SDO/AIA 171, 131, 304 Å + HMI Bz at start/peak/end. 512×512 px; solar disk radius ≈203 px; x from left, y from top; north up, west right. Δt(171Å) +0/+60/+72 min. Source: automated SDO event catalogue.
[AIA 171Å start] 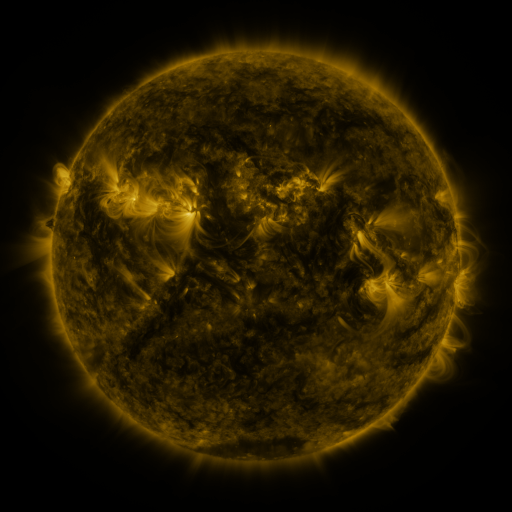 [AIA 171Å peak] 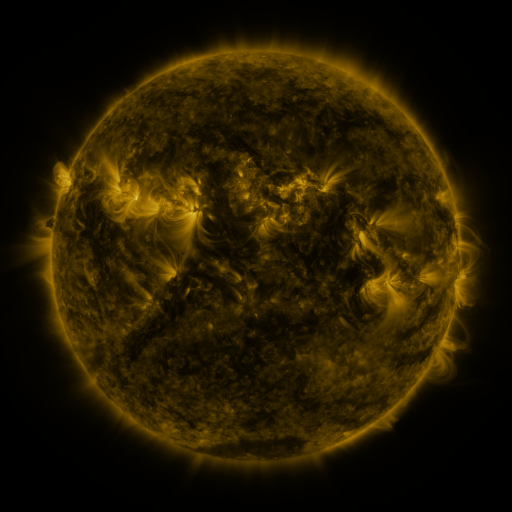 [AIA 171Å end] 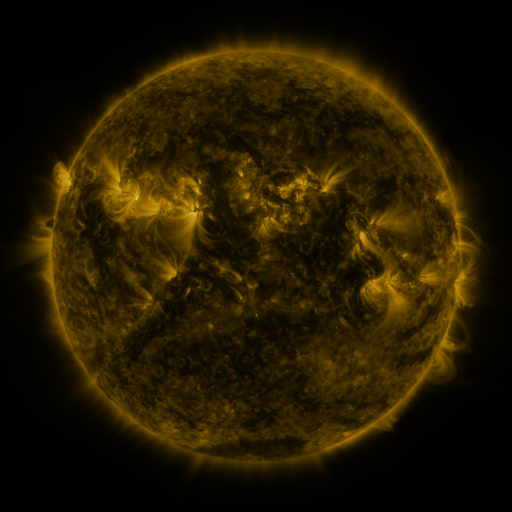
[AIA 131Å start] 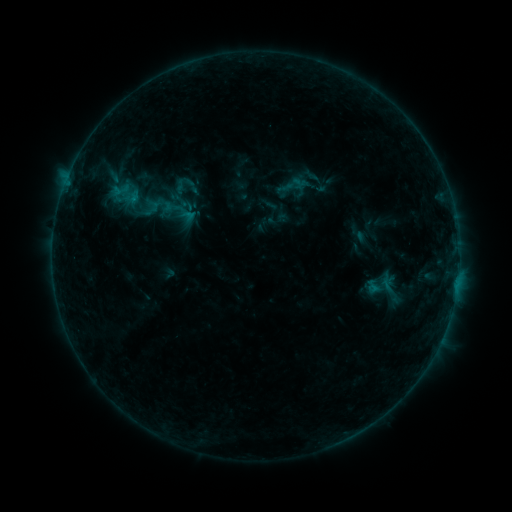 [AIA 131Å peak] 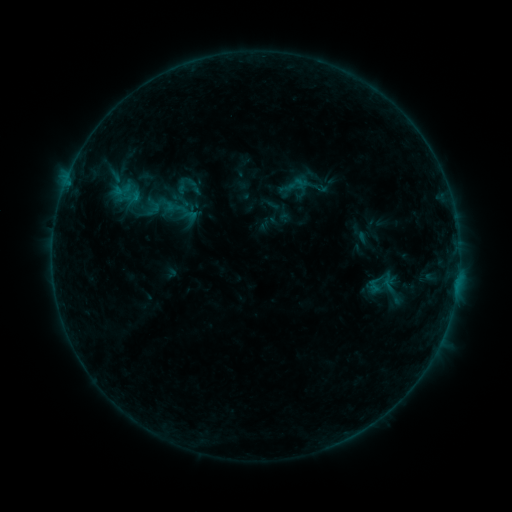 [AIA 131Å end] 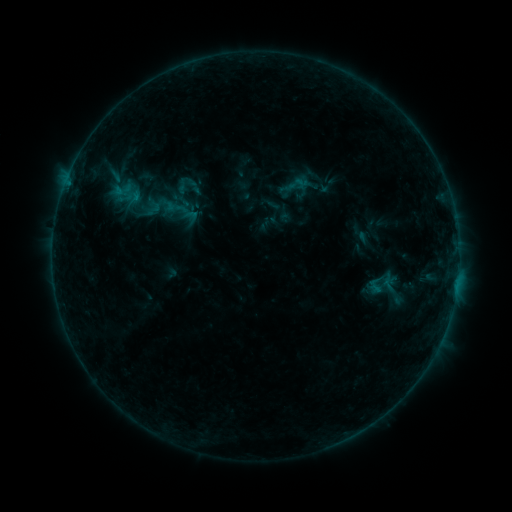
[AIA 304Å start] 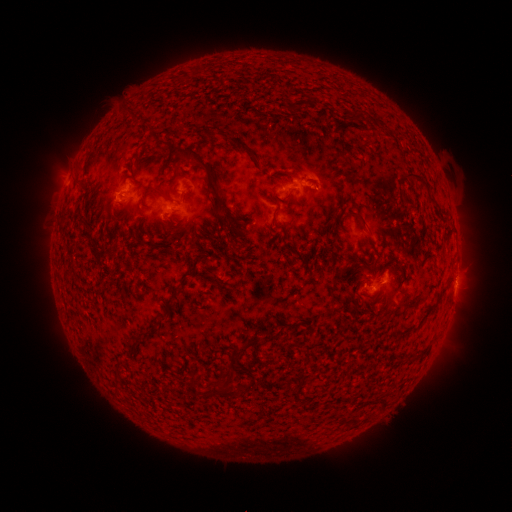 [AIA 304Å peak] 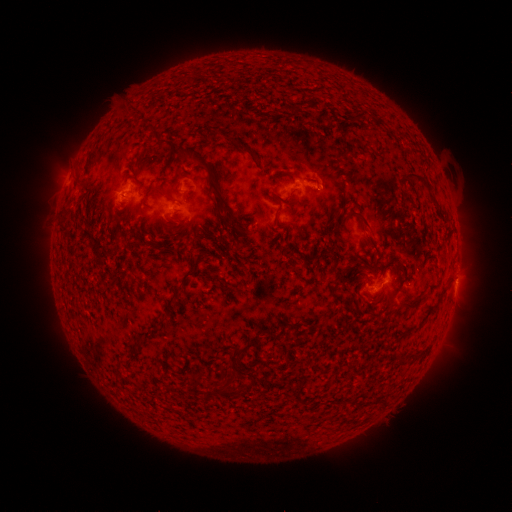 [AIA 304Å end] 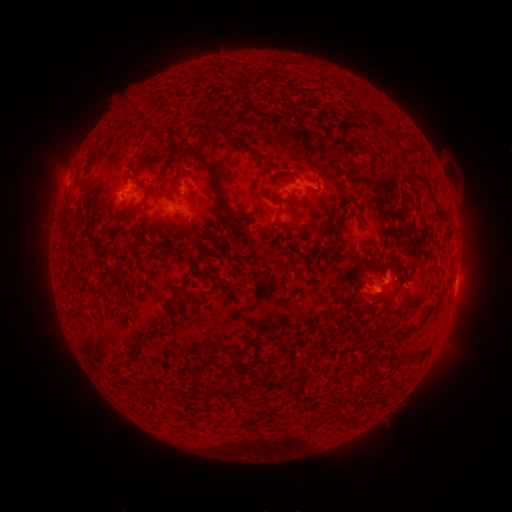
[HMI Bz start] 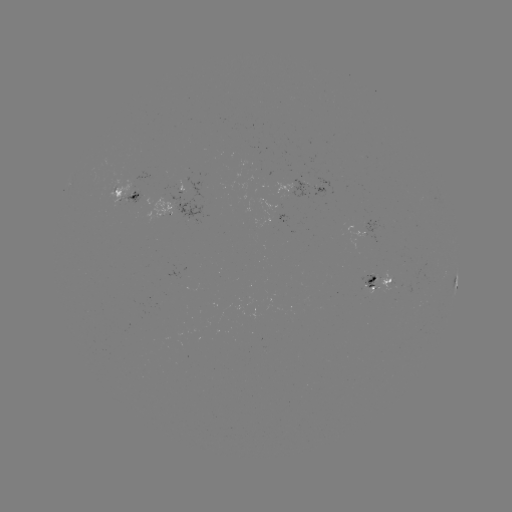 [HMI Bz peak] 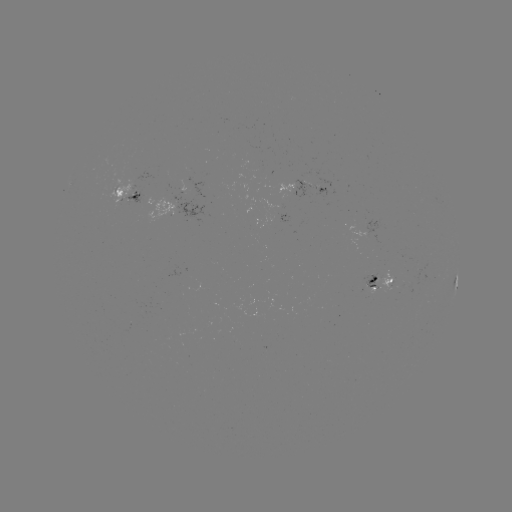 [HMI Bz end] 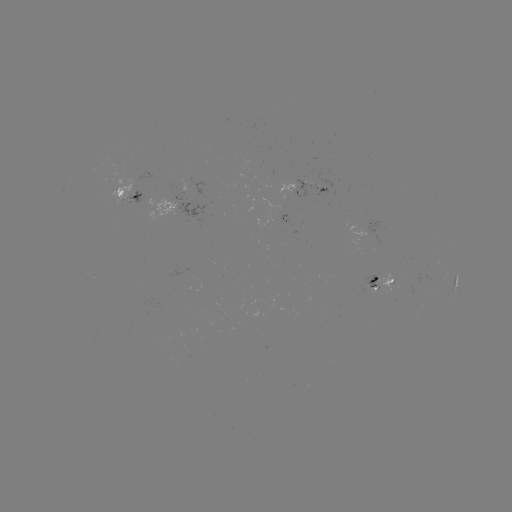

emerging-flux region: <bbox>289, 98, 300, 101</bbox>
